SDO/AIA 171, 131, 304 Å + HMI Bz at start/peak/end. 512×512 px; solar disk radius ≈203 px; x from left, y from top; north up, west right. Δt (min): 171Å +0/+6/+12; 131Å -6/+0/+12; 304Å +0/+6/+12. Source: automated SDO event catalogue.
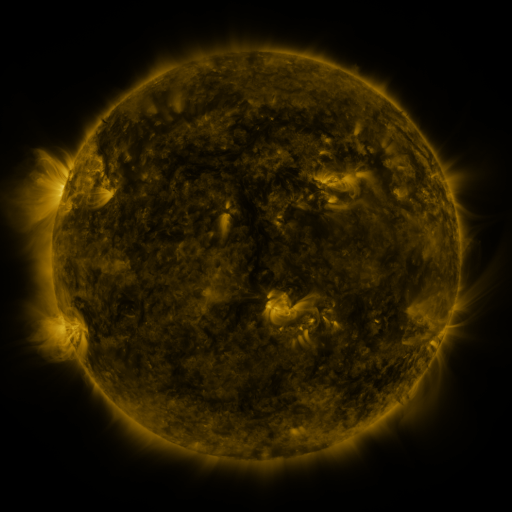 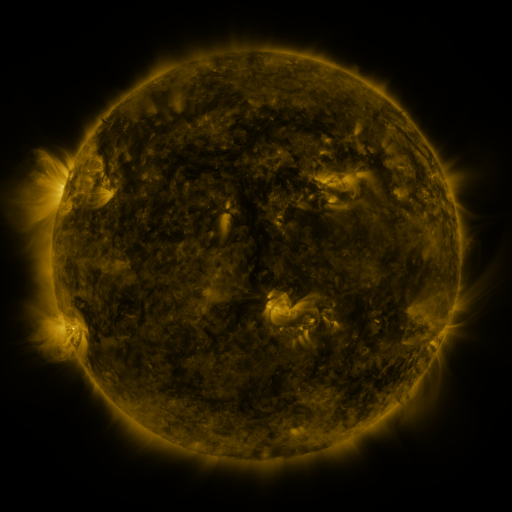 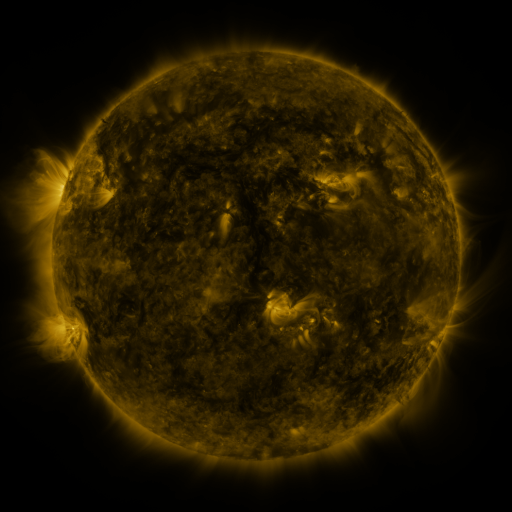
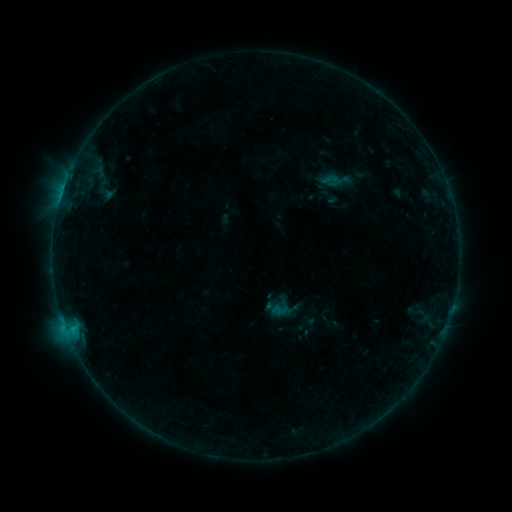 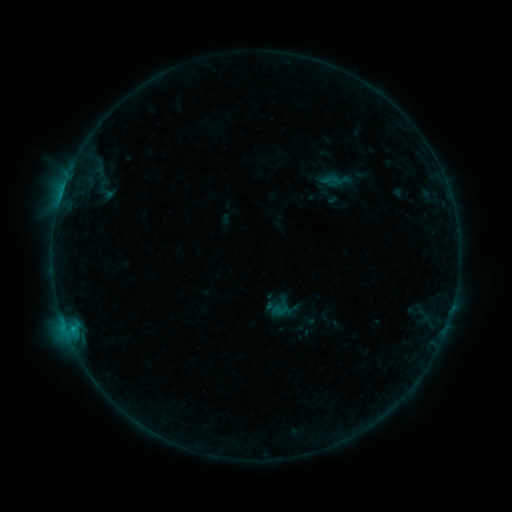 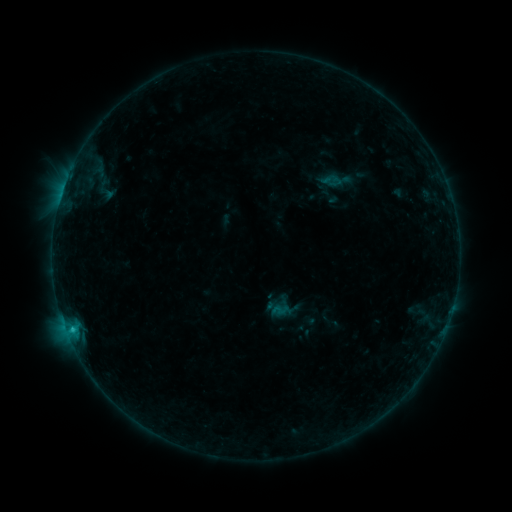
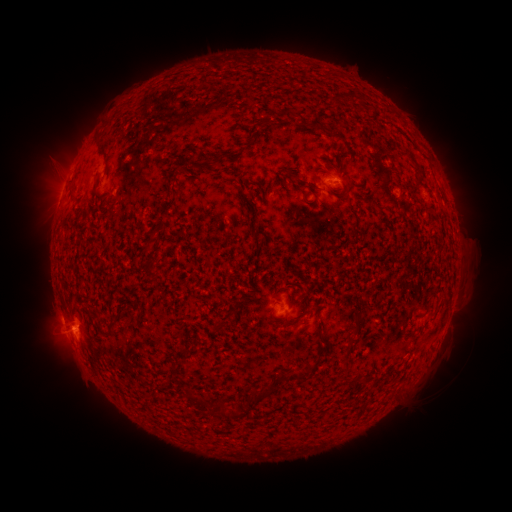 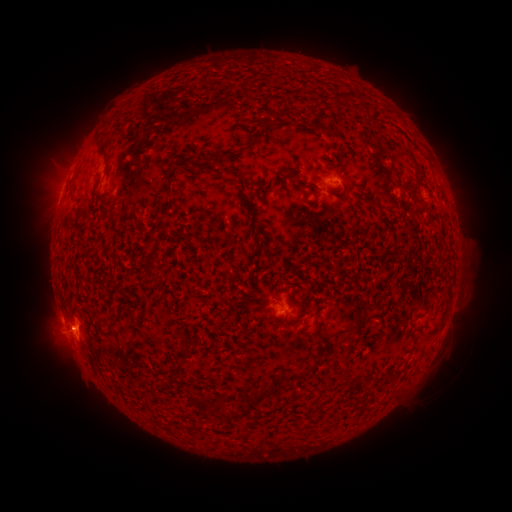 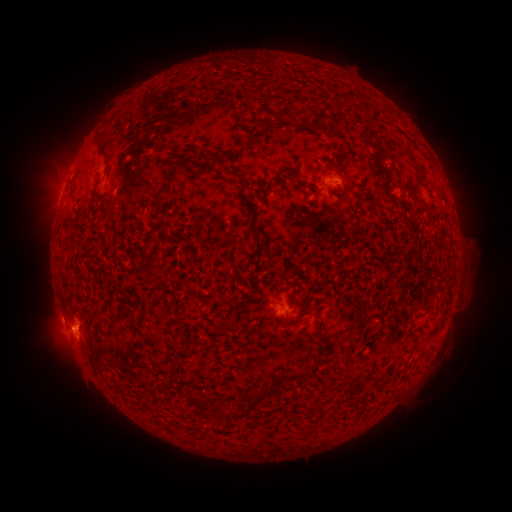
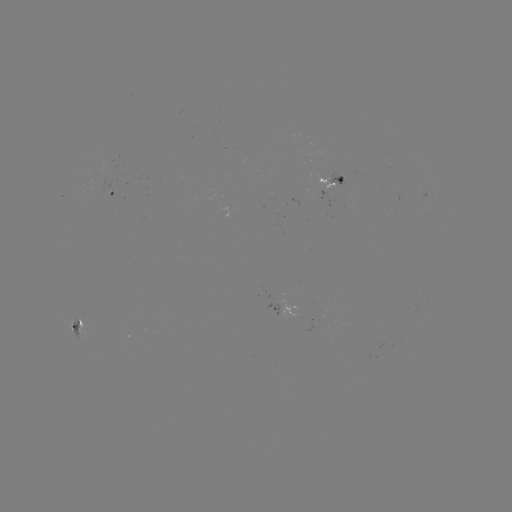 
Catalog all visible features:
C1.9 flare: (75, 327)
